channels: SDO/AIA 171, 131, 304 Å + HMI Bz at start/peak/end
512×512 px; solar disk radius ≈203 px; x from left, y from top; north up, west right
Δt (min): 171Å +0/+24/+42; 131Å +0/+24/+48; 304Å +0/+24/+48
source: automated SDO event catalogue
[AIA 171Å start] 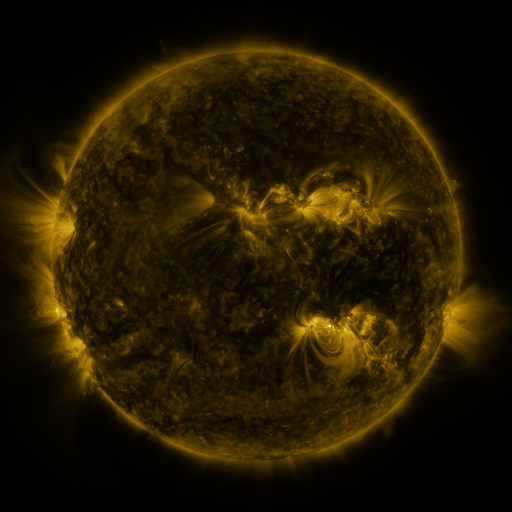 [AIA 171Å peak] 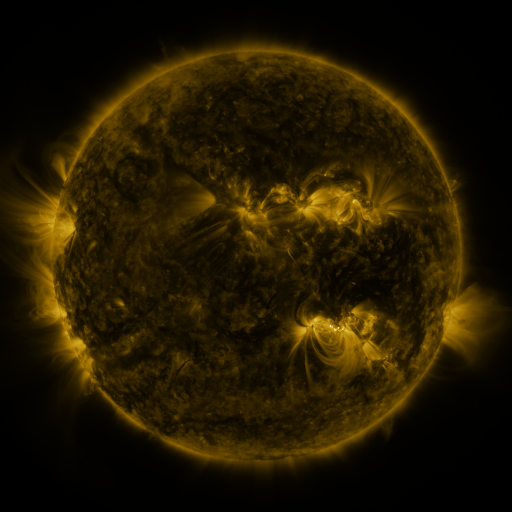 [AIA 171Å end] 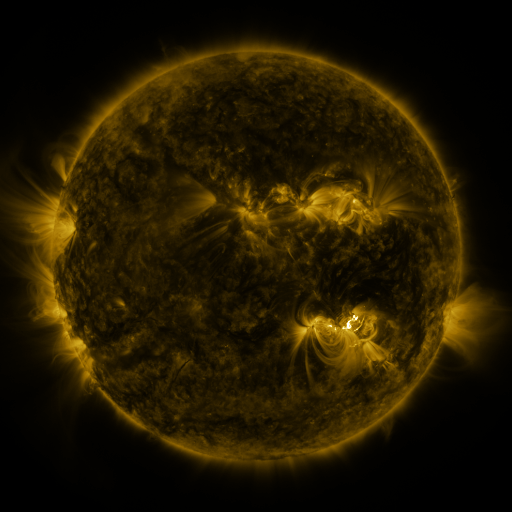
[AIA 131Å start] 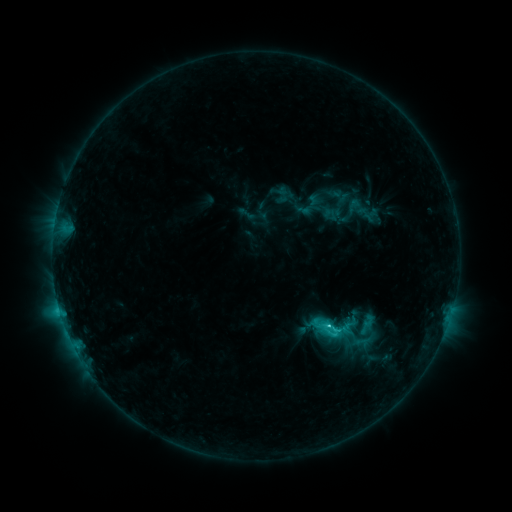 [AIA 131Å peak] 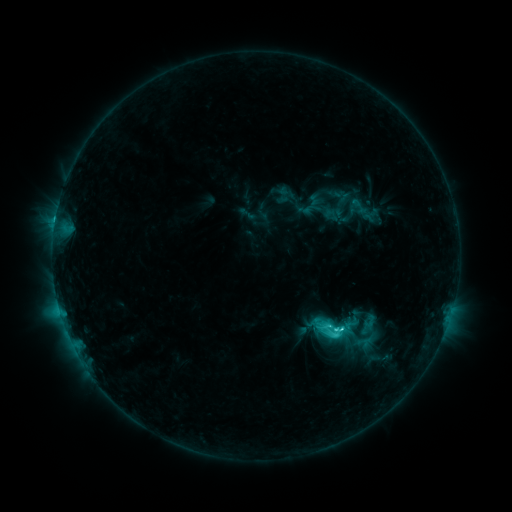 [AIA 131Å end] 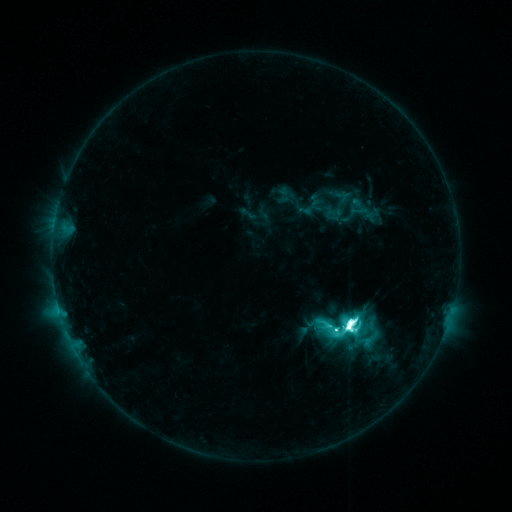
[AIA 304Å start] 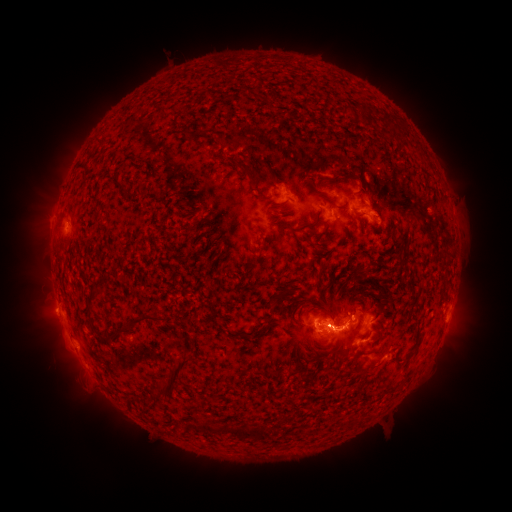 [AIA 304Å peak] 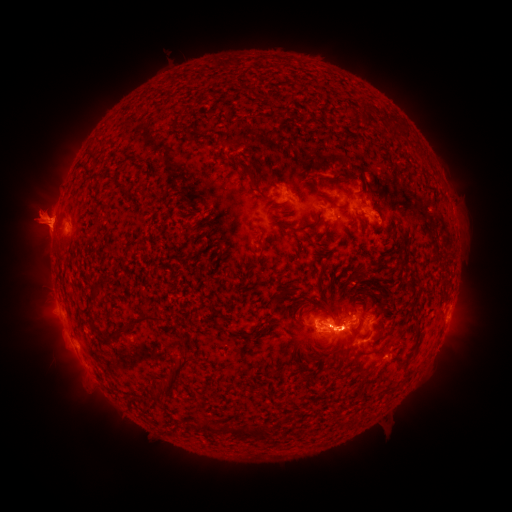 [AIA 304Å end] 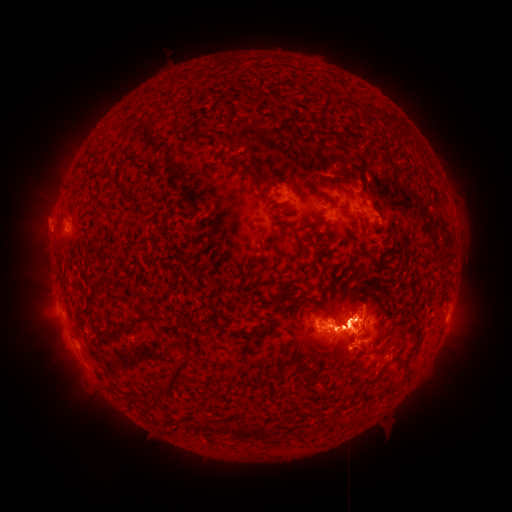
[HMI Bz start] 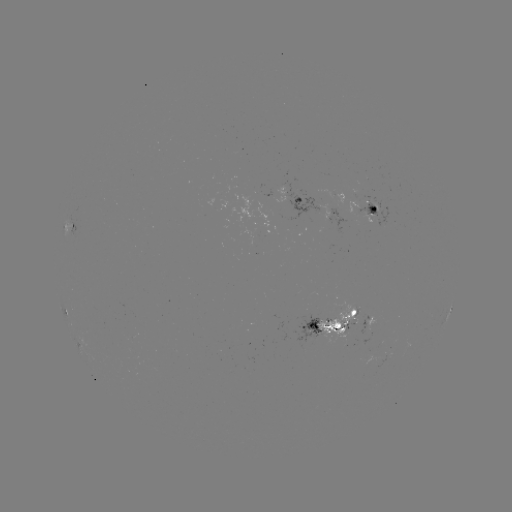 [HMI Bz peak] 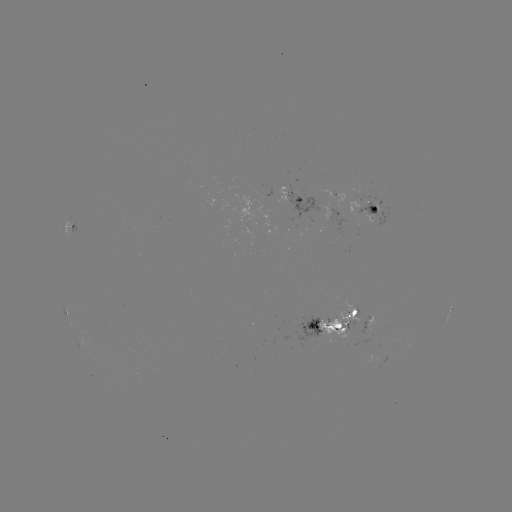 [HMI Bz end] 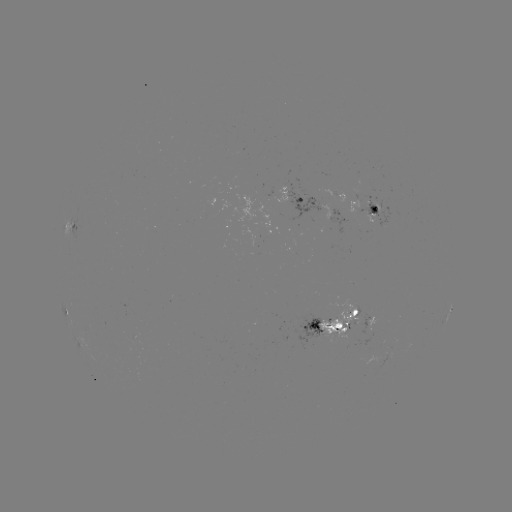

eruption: [0, 150, 99, 280]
